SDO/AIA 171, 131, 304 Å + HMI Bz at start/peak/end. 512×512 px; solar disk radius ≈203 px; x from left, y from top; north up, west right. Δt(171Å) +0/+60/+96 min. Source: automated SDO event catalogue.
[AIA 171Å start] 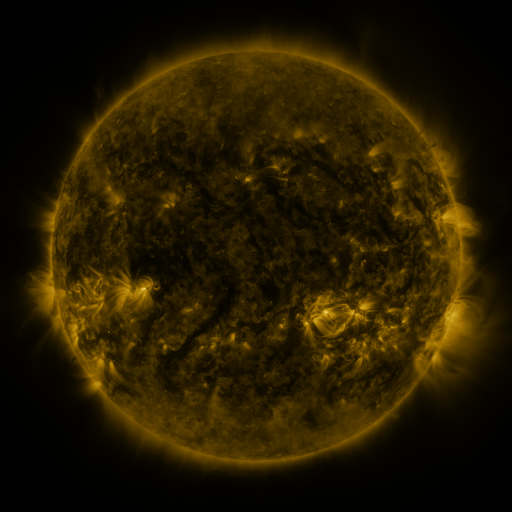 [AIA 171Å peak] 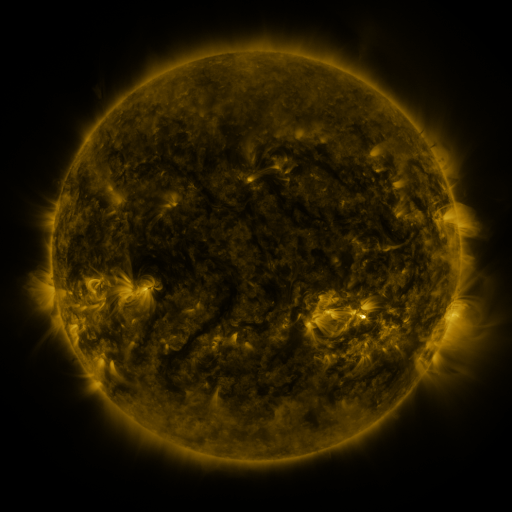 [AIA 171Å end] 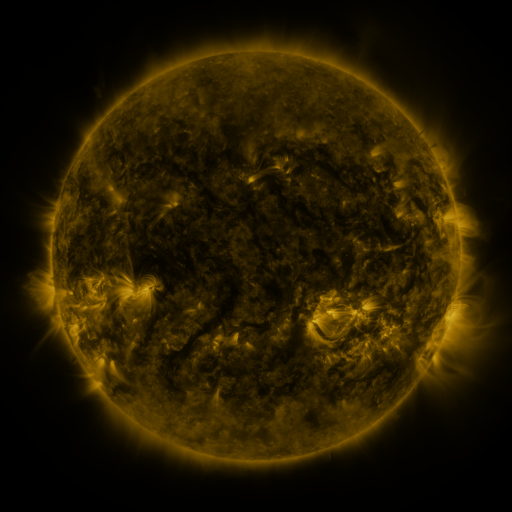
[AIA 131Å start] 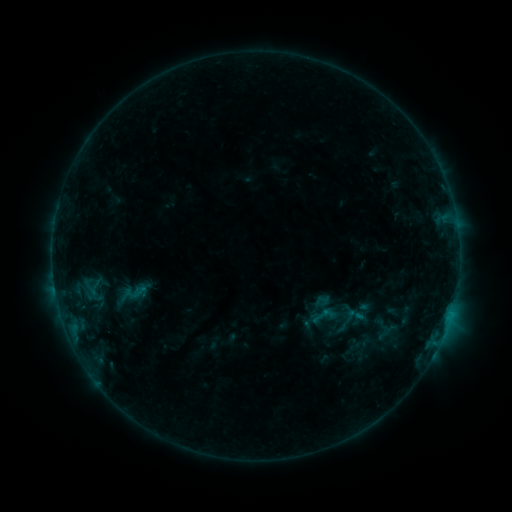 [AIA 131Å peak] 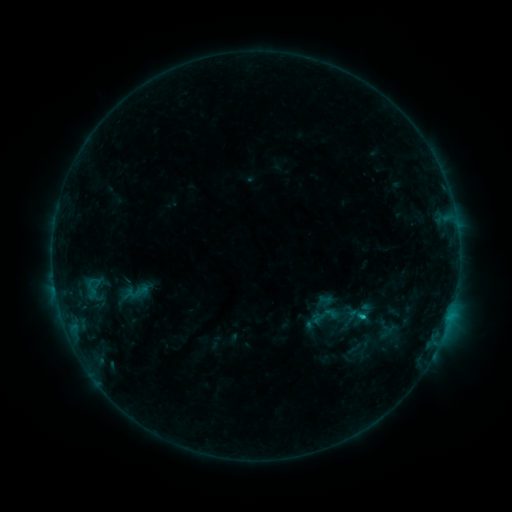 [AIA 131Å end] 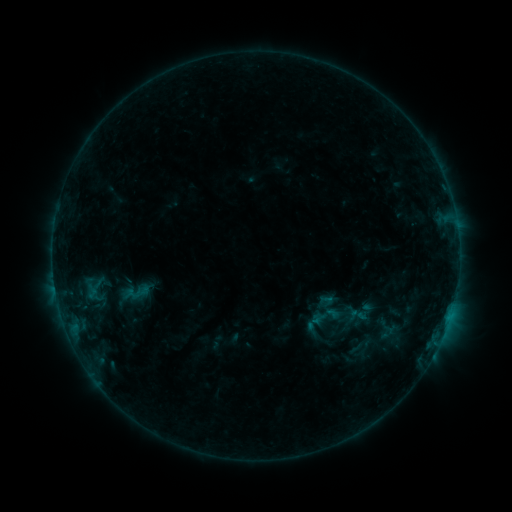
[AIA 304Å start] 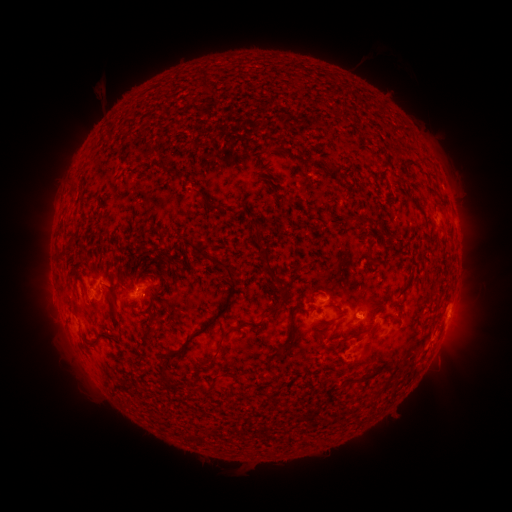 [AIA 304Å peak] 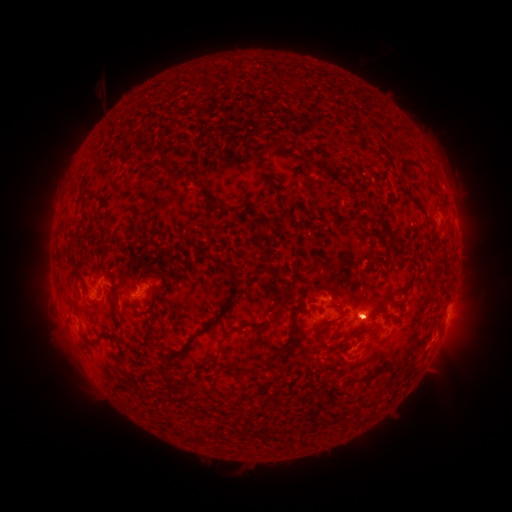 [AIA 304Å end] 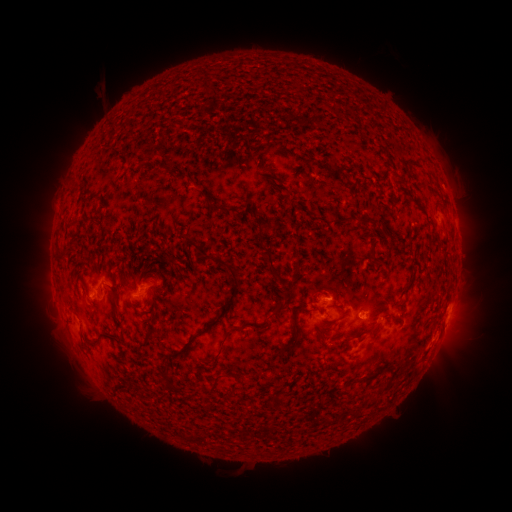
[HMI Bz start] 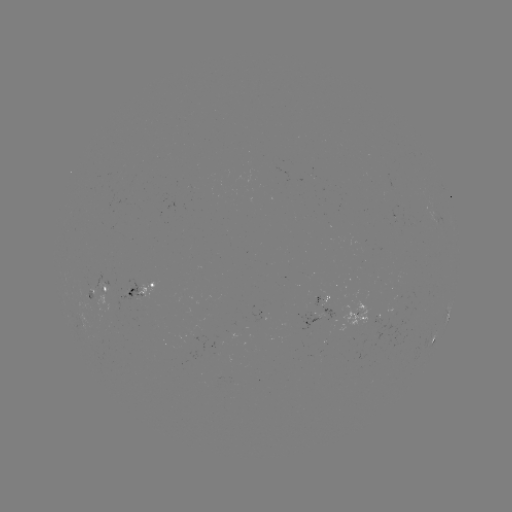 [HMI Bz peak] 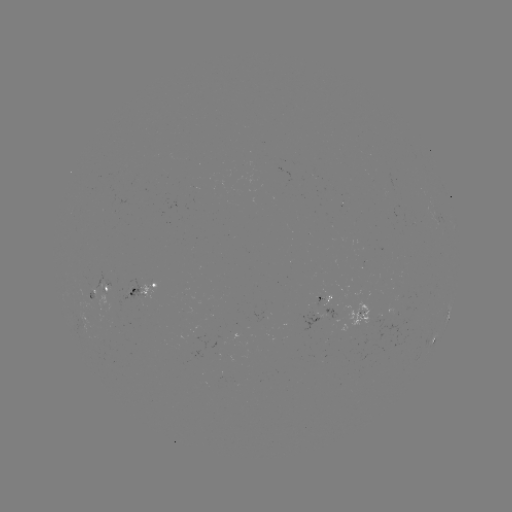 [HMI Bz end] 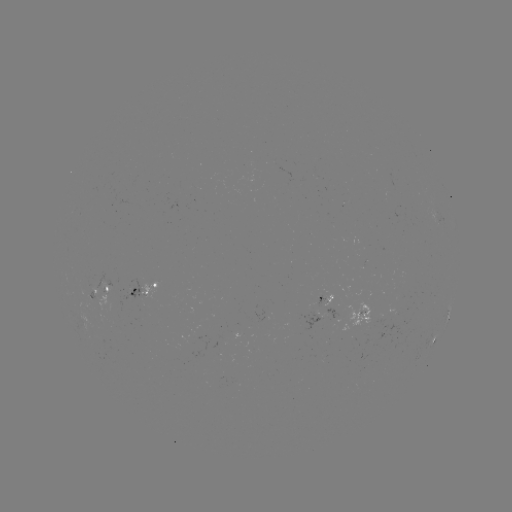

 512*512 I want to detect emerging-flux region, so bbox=[84, 290, 94, 299].